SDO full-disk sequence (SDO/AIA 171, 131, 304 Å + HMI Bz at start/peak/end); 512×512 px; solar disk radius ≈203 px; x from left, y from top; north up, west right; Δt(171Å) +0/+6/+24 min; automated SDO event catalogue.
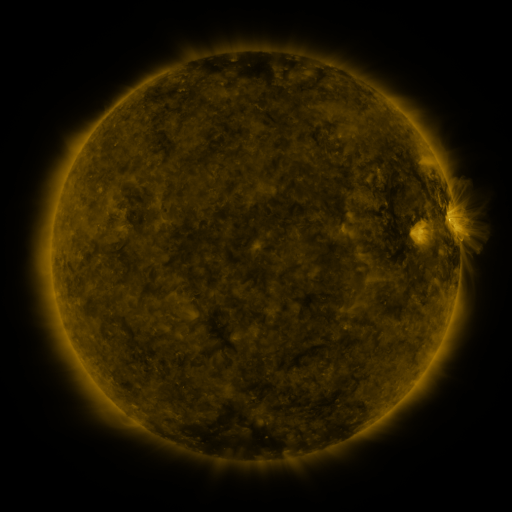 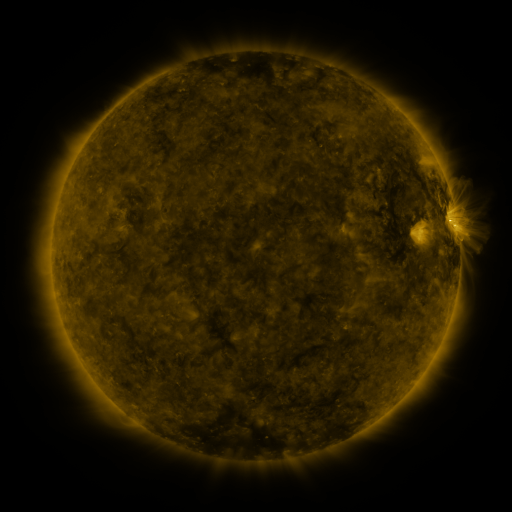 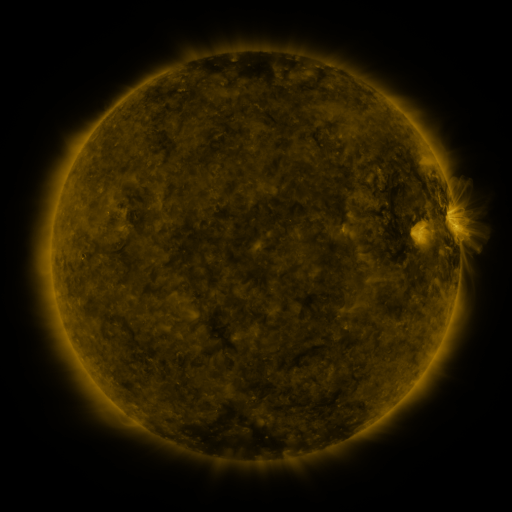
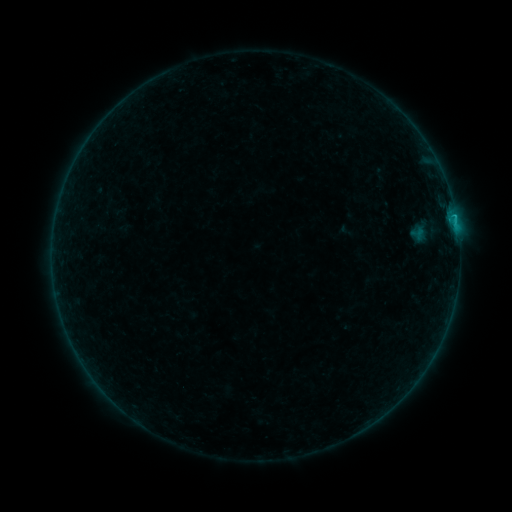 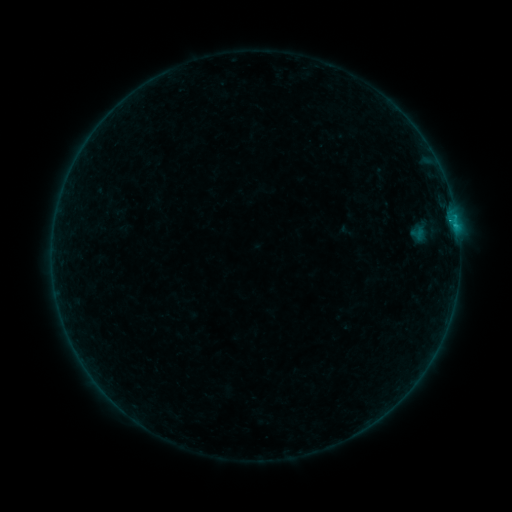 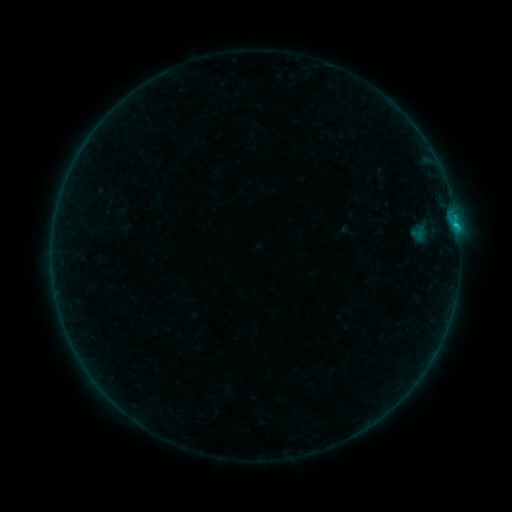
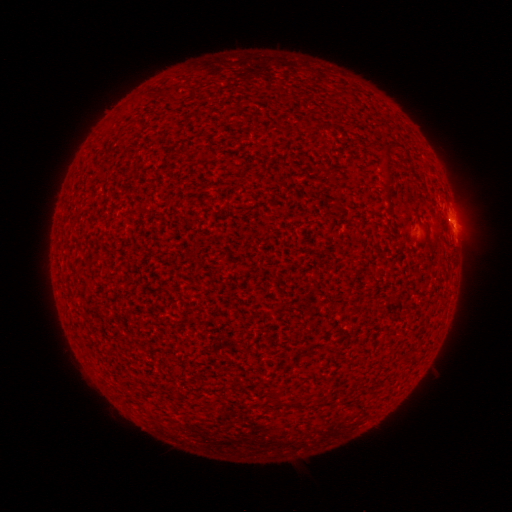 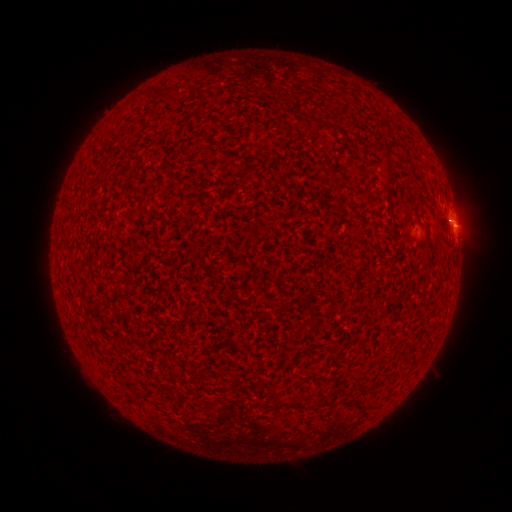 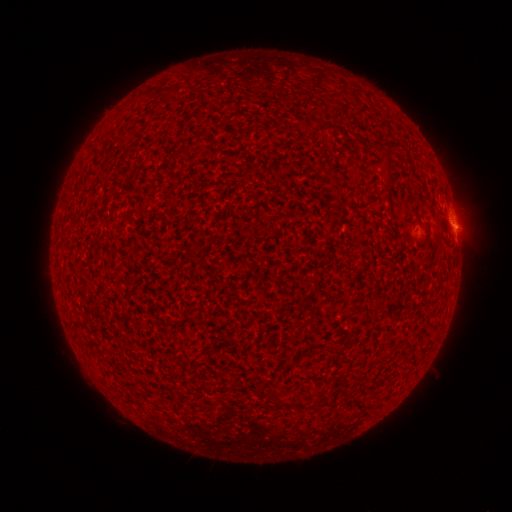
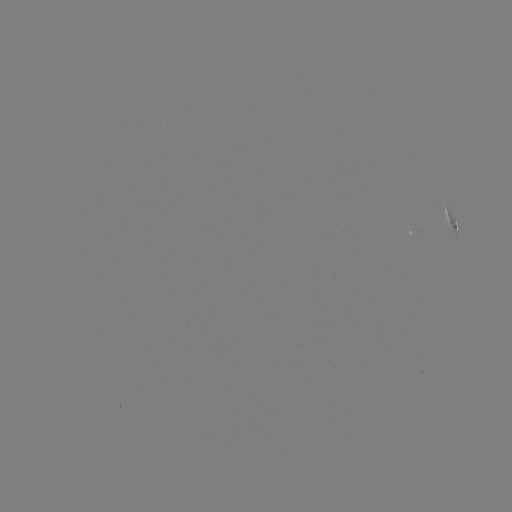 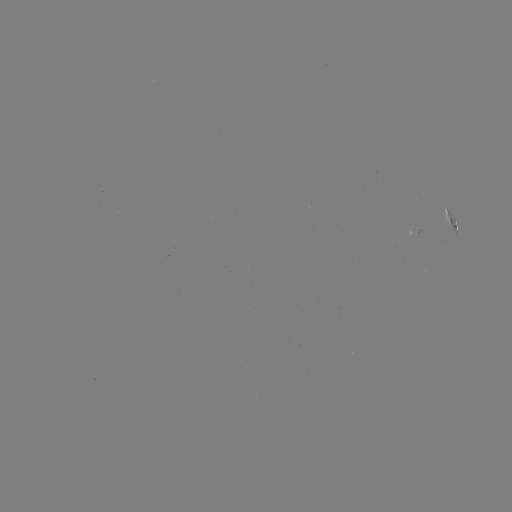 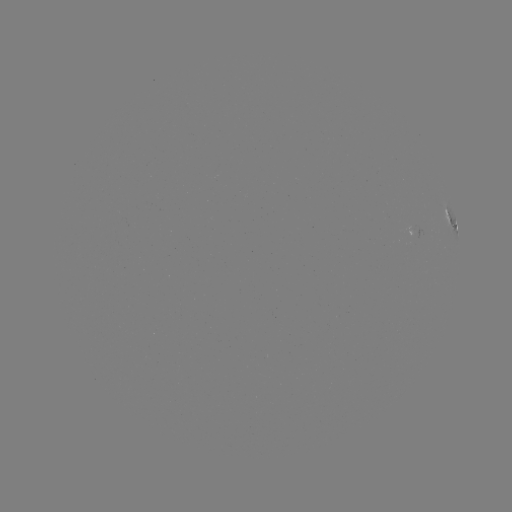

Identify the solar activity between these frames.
B8.6 flare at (455, 227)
